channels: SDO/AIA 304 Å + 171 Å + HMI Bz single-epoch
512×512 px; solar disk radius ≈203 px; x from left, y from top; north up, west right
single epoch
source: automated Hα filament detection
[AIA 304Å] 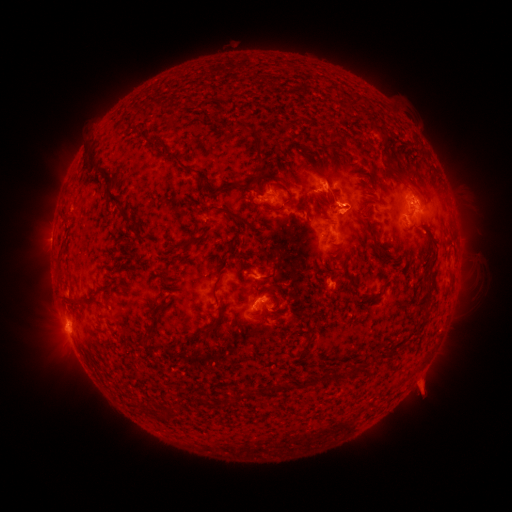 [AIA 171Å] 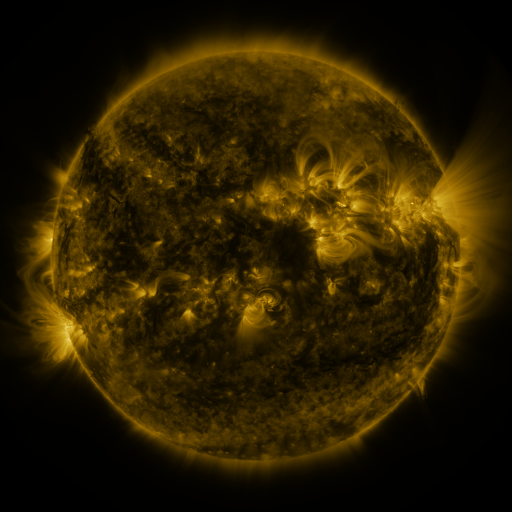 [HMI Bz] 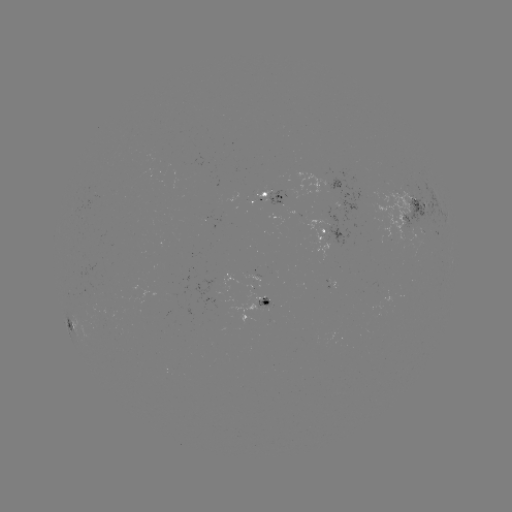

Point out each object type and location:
filament: (221, 97)
filament: (245, 127)
filament: (381, 129)
filament: (335, 134)
filament: (156, 143)
filament: (329, 148)
filament: (257, 151)
filament: (91, 160)
filament: (182, 167)
filament: (315, 169)
filament: (255, 180)
filament: (414, 184)
filament: (224, 187)
filament: (289, 200)
filament: (324, 201)
filament: (117, 203)
filament: (233, 215)
filament: (363, 217)
filament: (361, 240)
filament: (193, 241)
filament: (334, 252)
filament: (346, 265)
filament: (156, 274)
filament: (273, 274)
filament: (429, 277)
filament: (219, 278)
filament: (102, 292)
filament: (375, 293)
filament: (221, 300)
filament: (427, 301)
filament: (71, 303)
filament: (281, 314)
filament: (154, 315)
filament: (201, 333)
filament: (354, 369)
filament: (320, 380)
filament: (284, 384)
filament: (248, 393)
filament: (172, 412)
